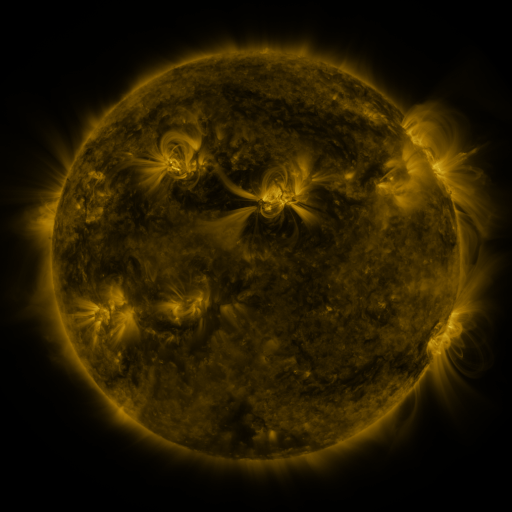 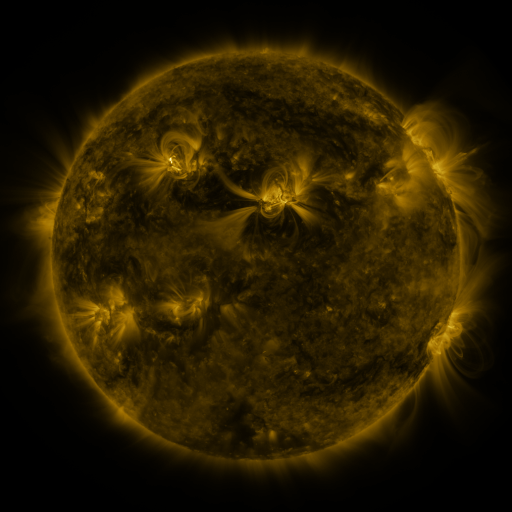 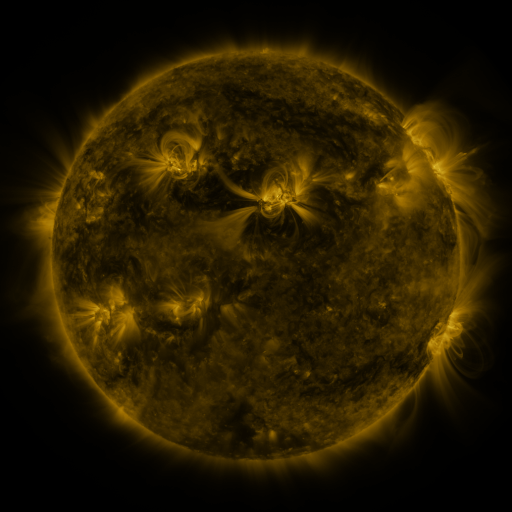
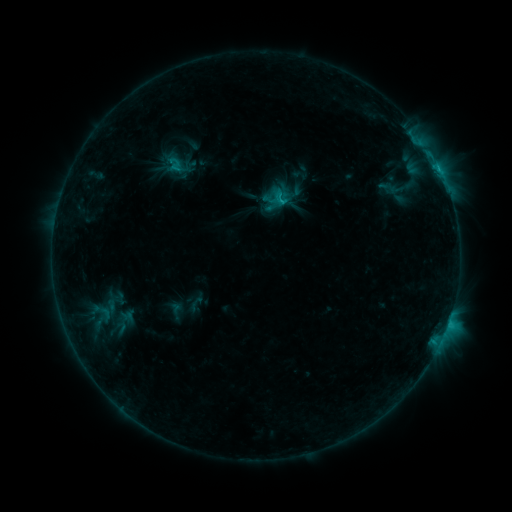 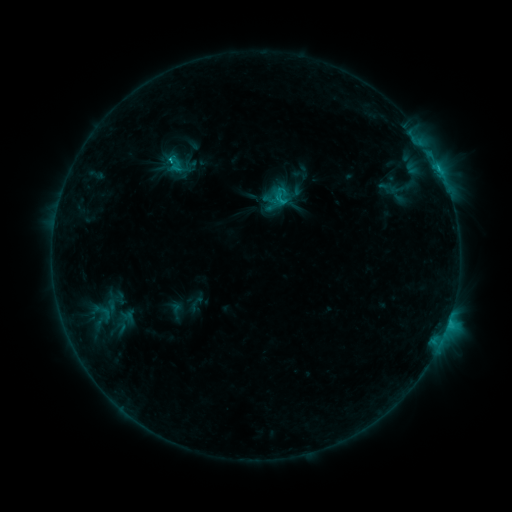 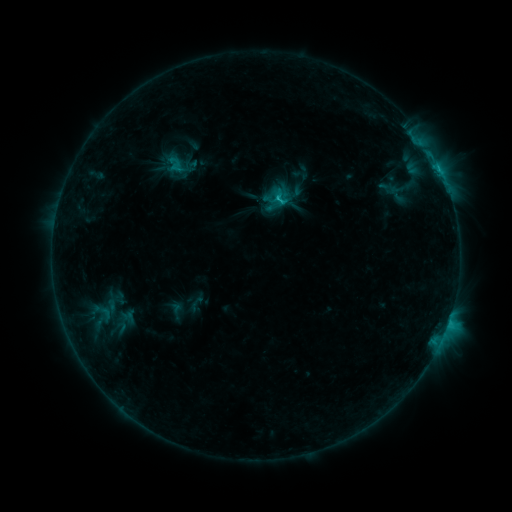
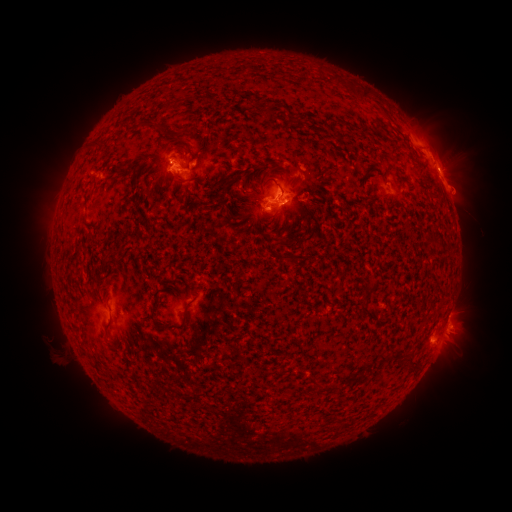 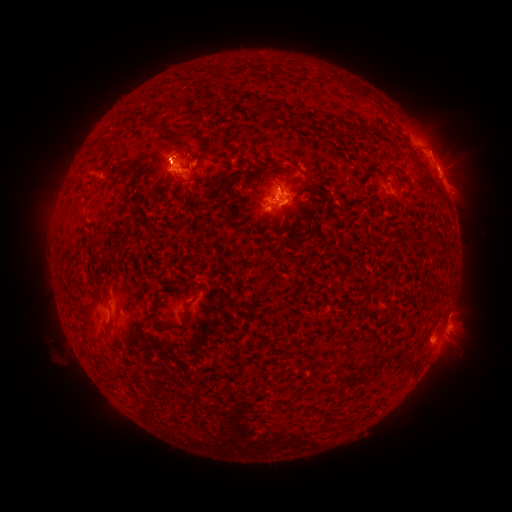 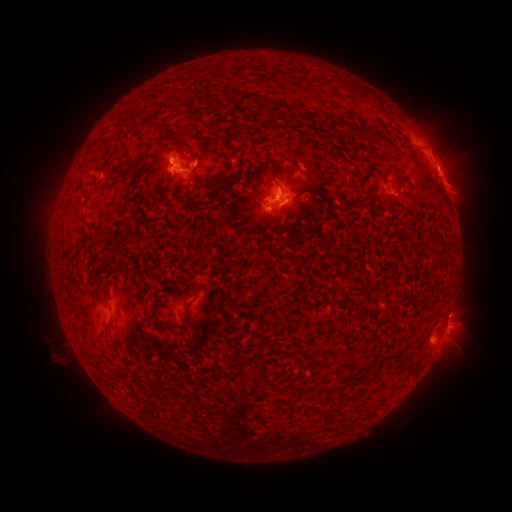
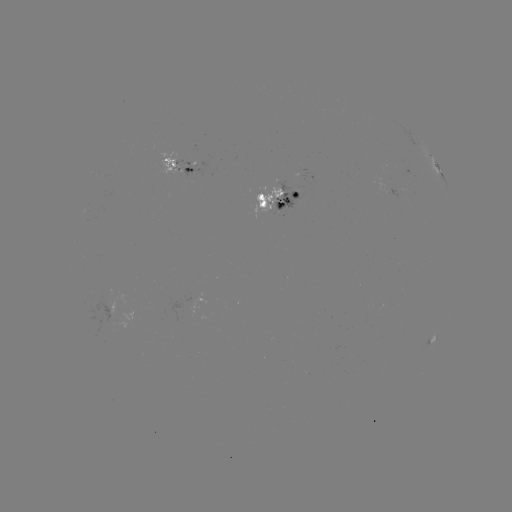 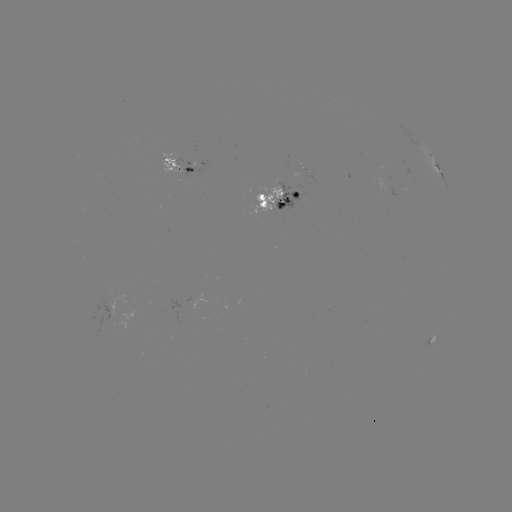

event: eruption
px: (166, 148)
